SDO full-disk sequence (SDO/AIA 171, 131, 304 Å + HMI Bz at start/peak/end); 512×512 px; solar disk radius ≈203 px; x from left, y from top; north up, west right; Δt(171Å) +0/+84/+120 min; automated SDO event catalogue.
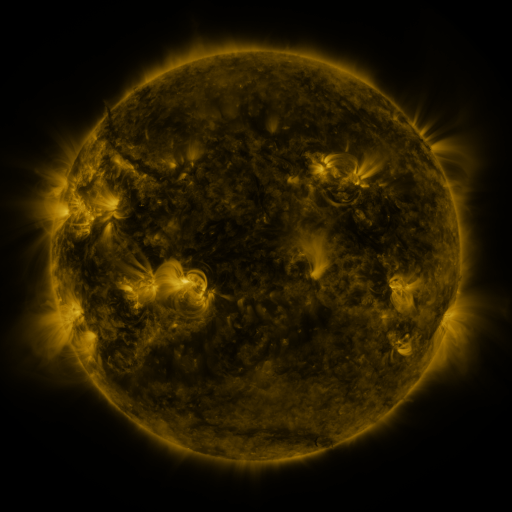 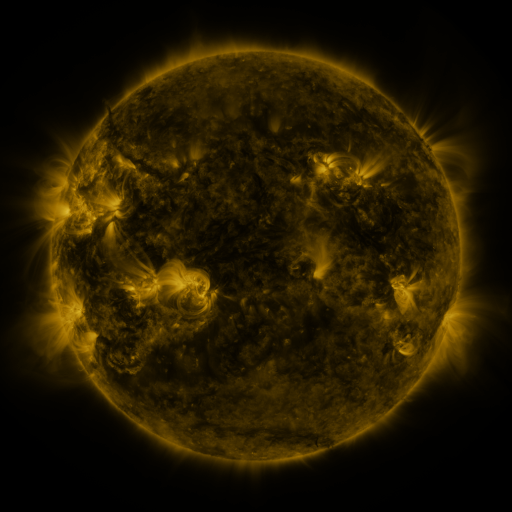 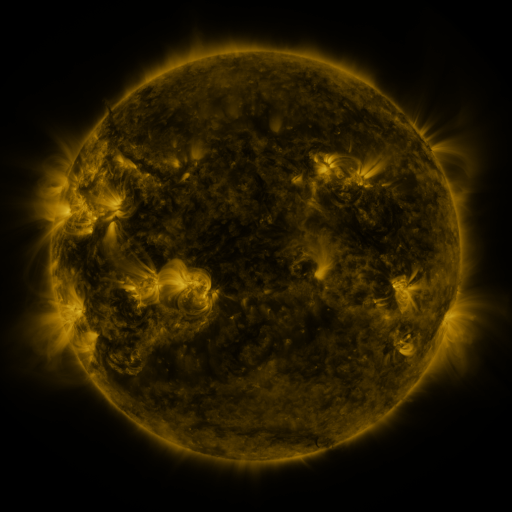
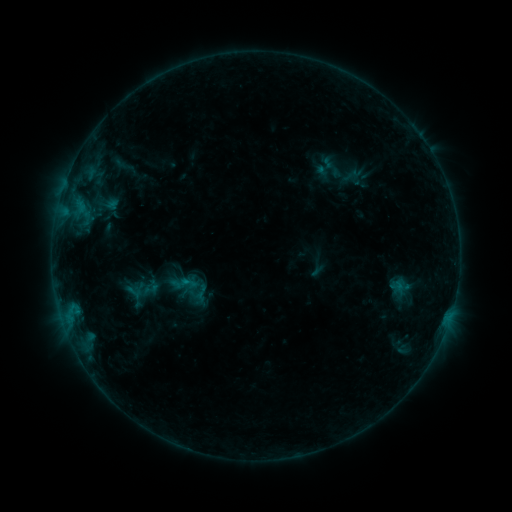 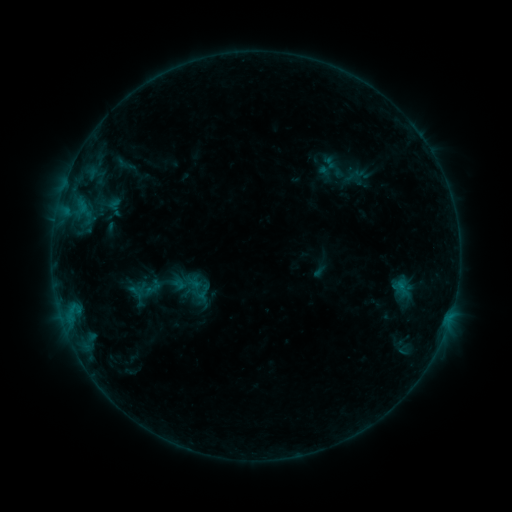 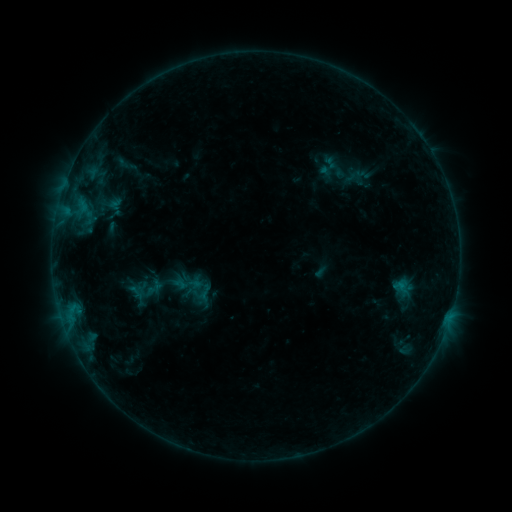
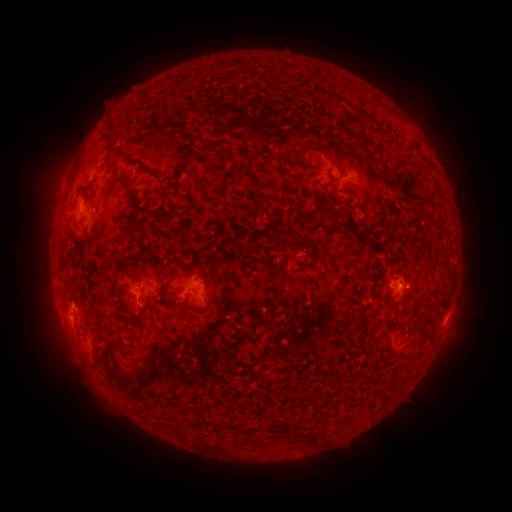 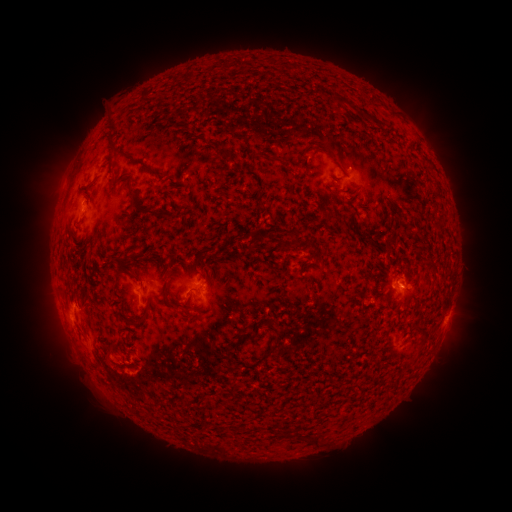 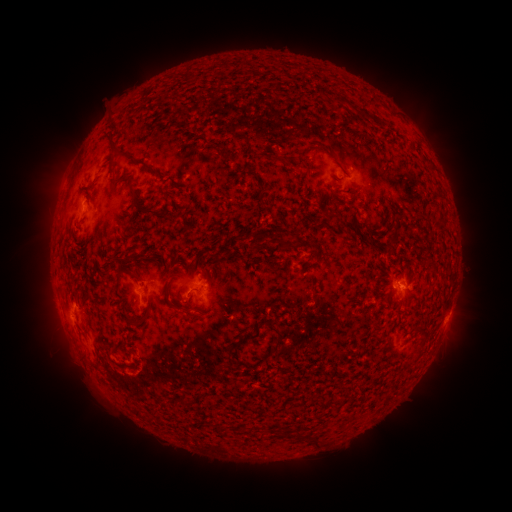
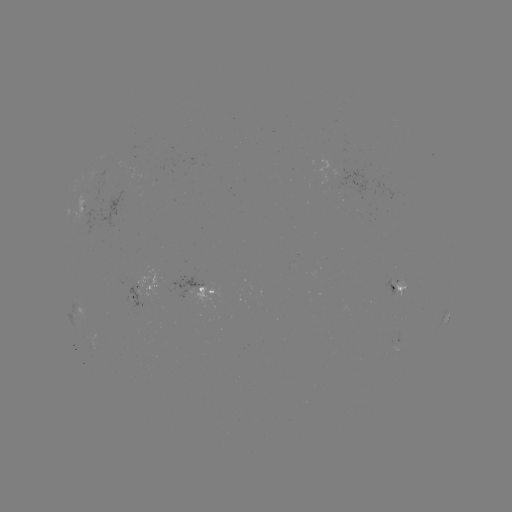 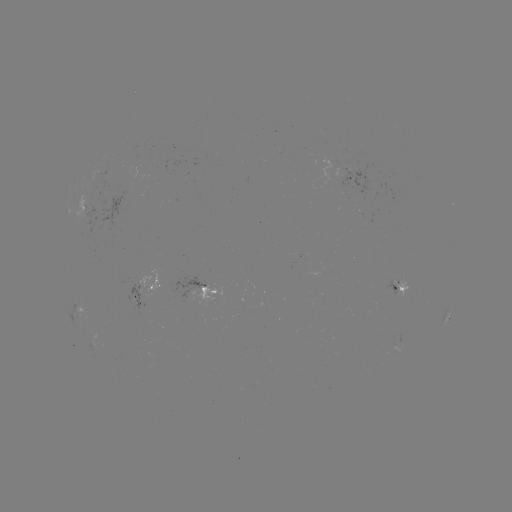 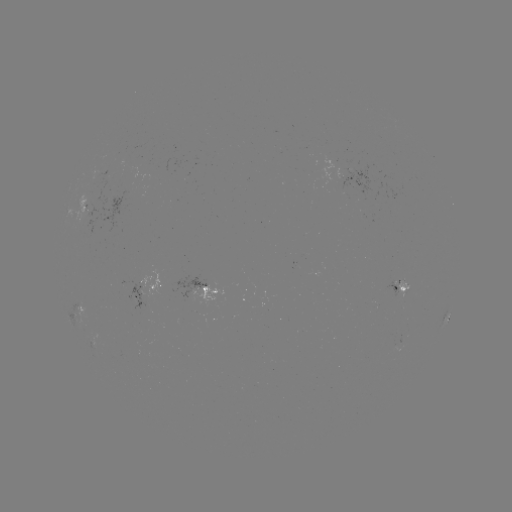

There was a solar emerging-flux region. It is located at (349, 165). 